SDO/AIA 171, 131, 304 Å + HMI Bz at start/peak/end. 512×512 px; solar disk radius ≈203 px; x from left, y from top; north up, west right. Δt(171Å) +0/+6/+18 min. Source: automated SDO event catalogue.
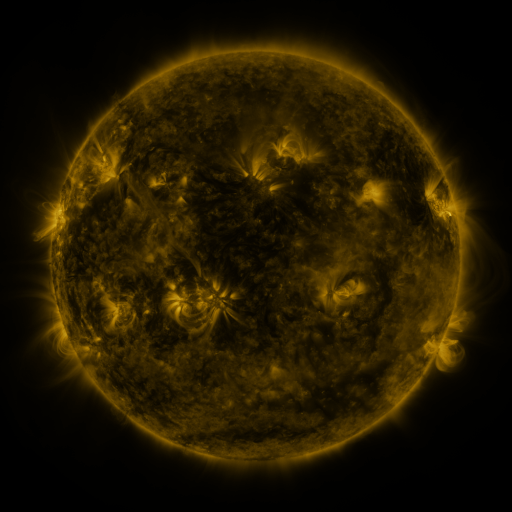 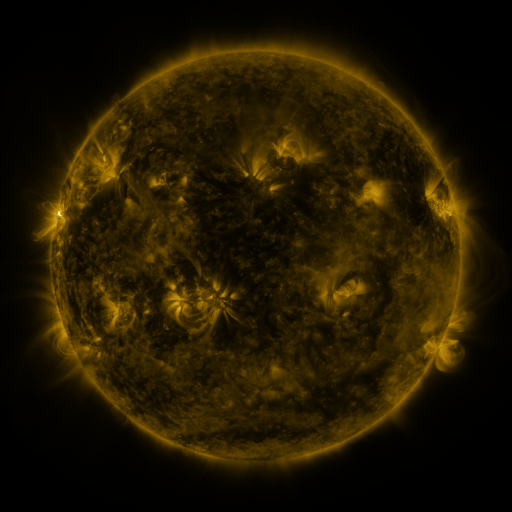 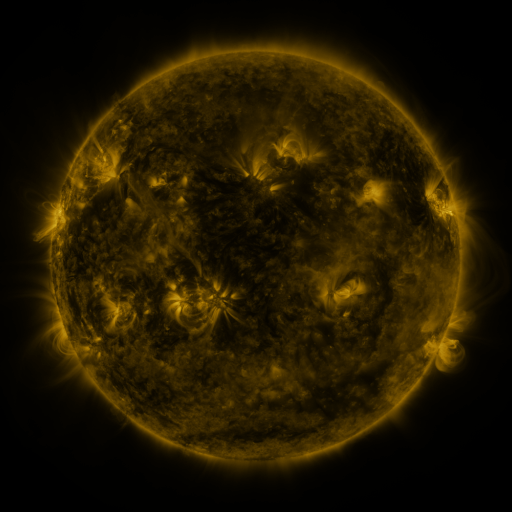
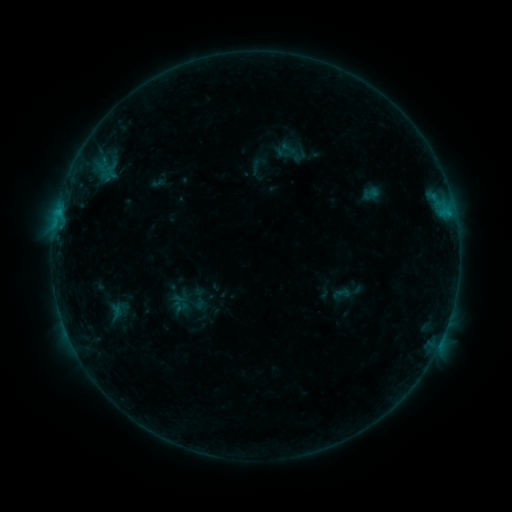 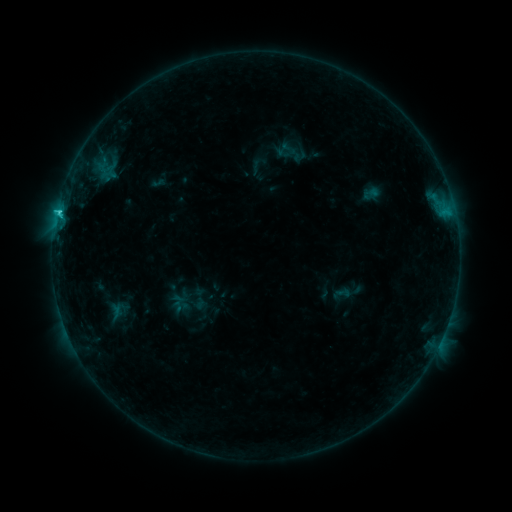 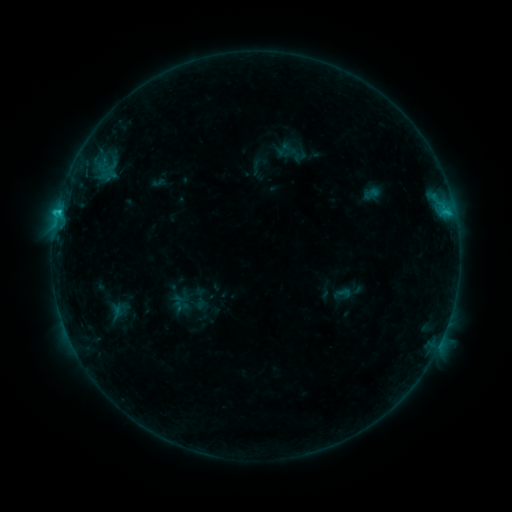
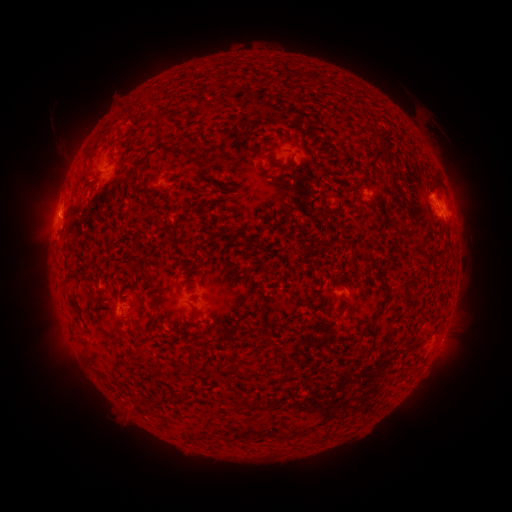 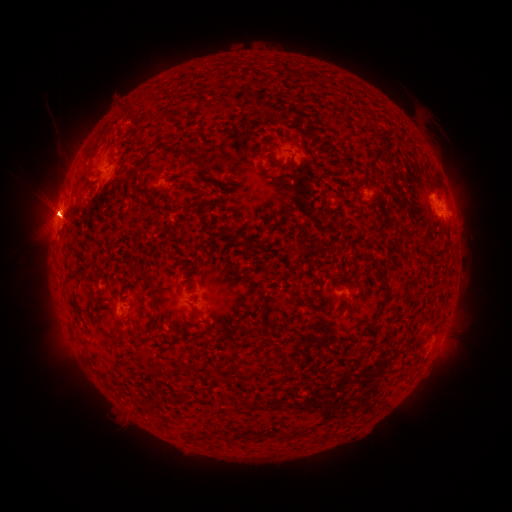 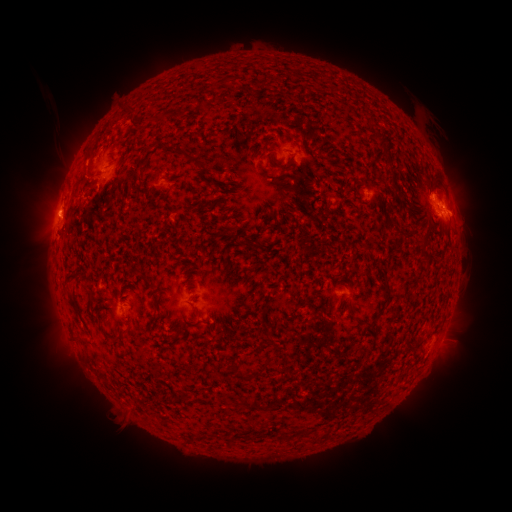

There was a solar flare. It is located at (60, 214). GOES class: C2.3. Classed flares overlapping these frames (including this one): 1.